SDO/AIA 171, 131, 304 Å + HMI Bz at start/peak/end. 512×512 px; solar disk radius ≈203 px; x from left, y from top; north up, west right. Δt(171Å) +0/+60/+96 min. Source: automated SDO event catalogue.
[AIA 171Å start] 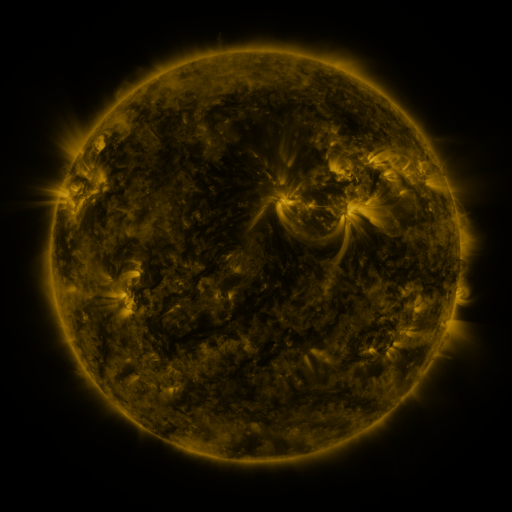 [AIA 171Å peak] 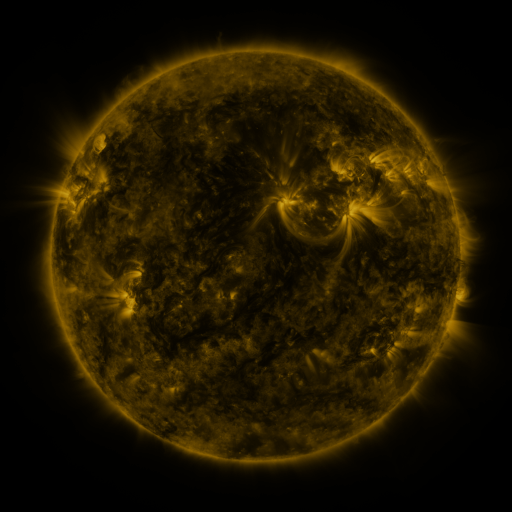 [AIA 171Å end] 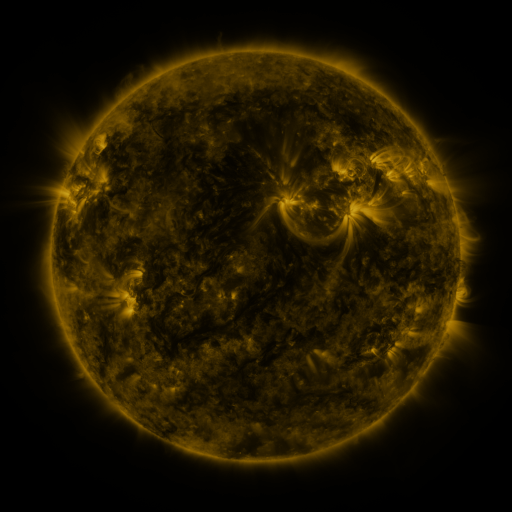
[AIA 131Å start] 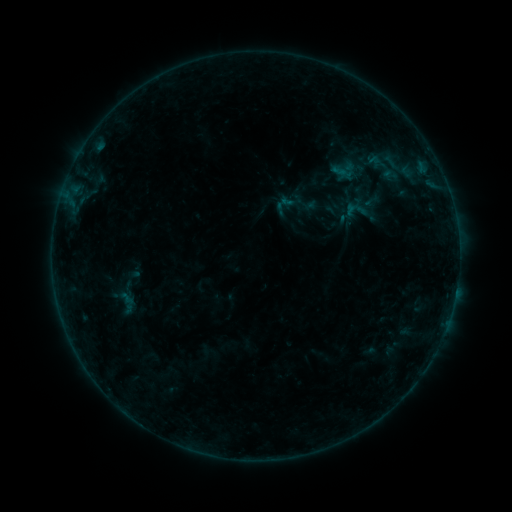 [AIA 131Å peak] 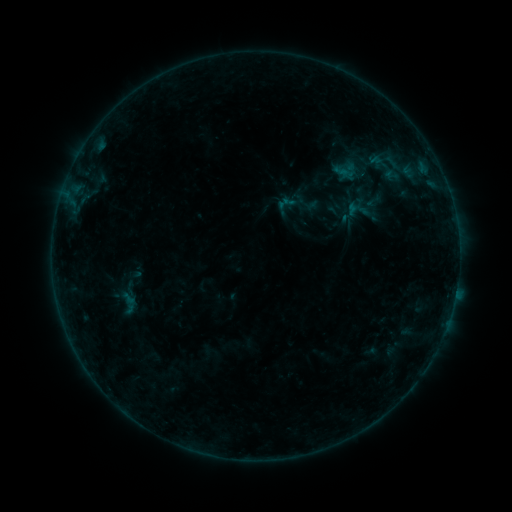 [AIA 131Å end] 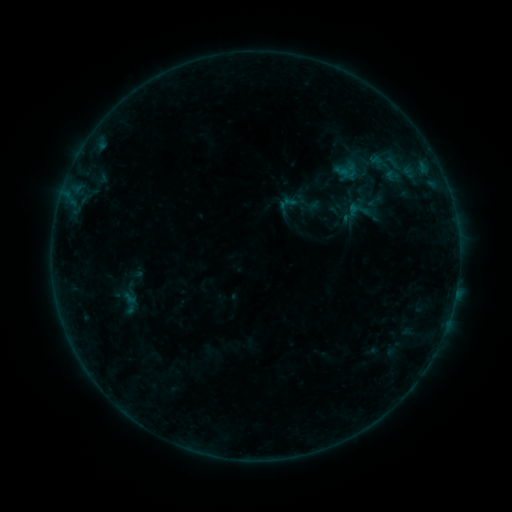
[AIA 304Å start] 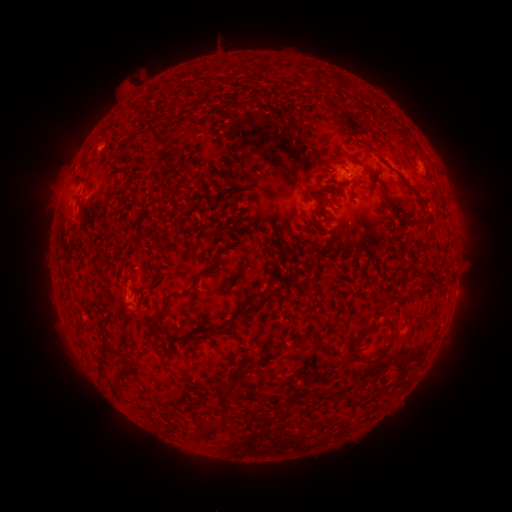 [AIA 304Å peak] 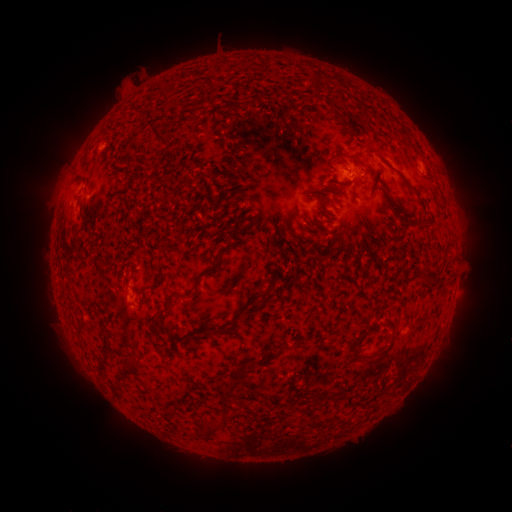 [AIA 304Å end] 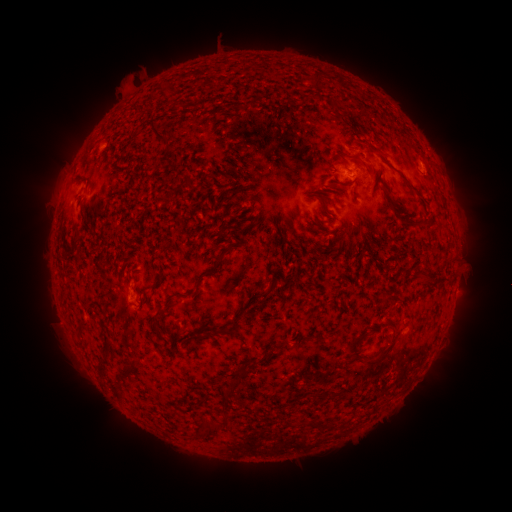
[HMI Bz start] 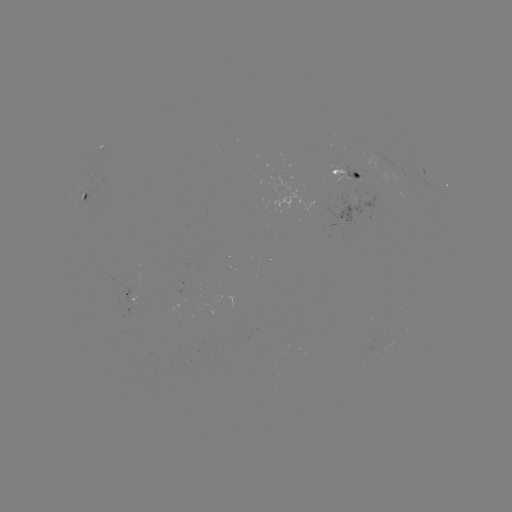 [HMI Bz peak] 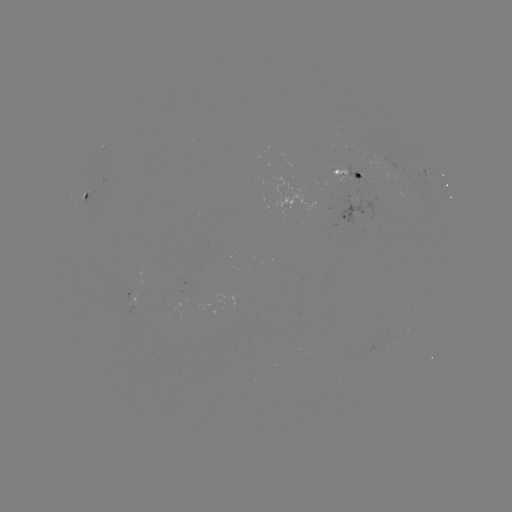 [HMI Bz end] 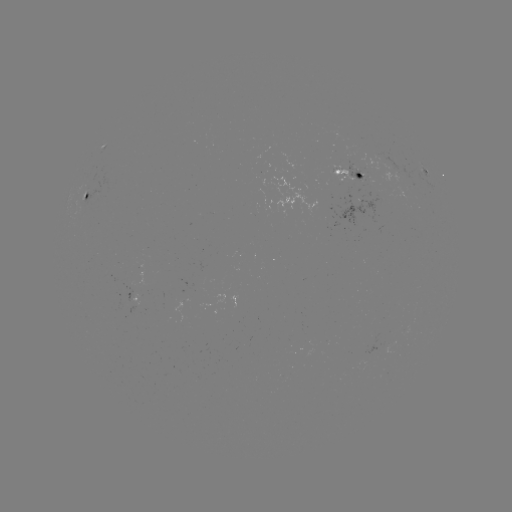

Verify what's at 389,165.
emerging-flux region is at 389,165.